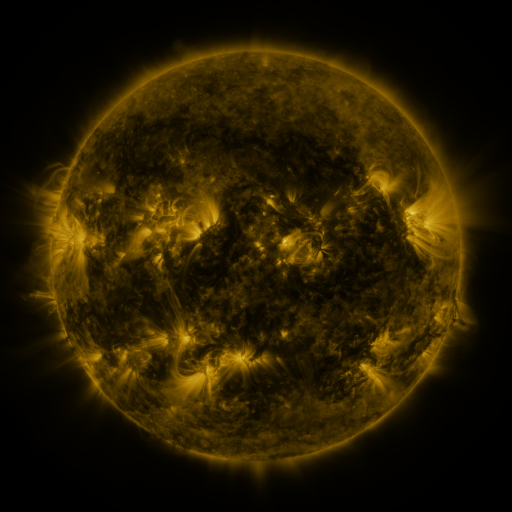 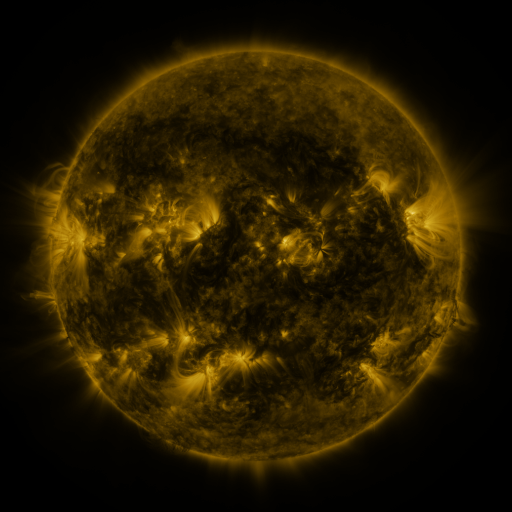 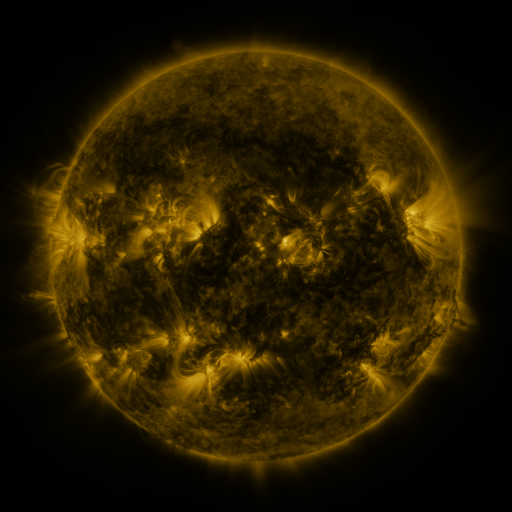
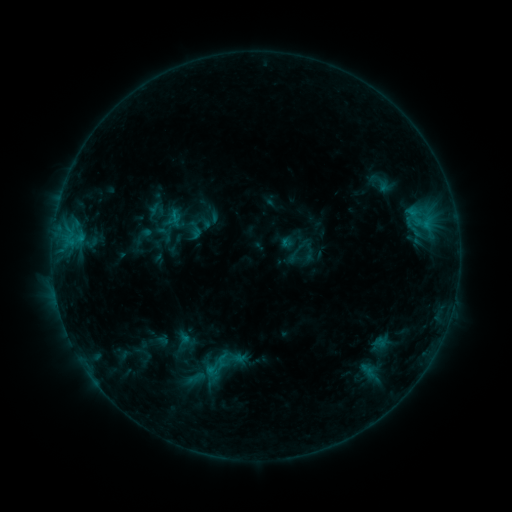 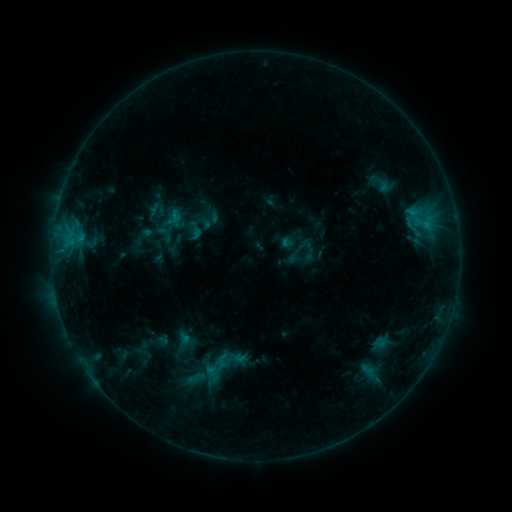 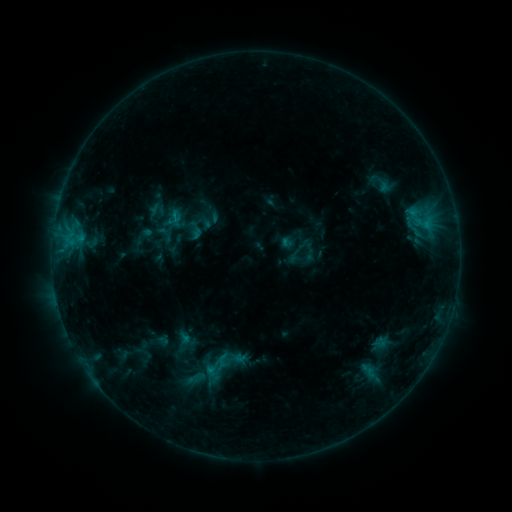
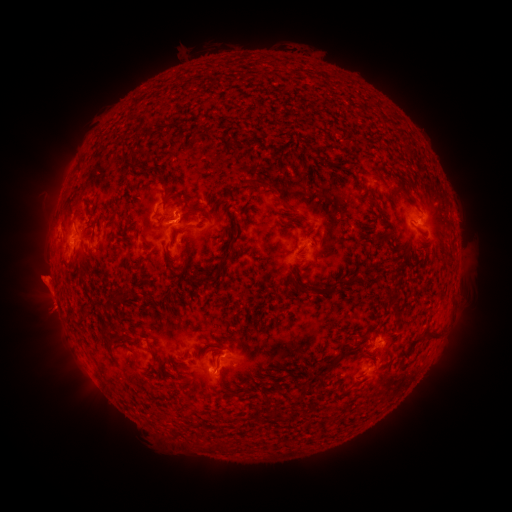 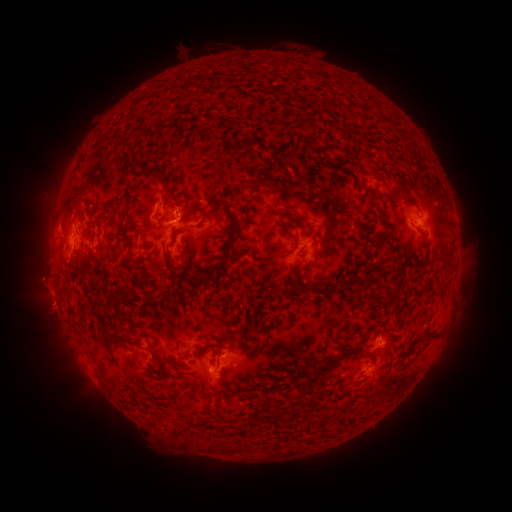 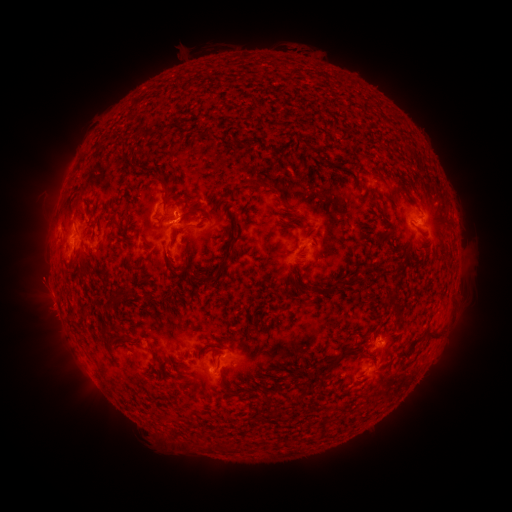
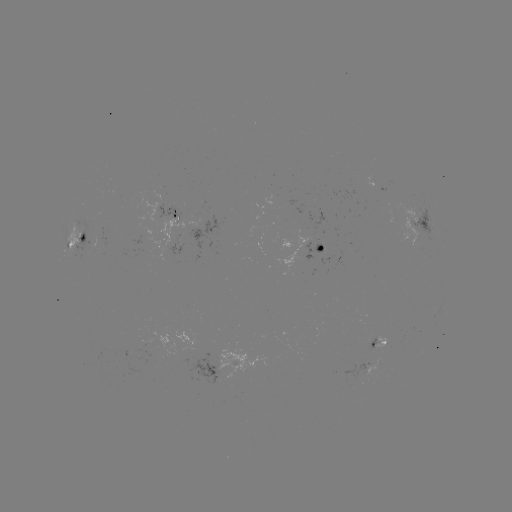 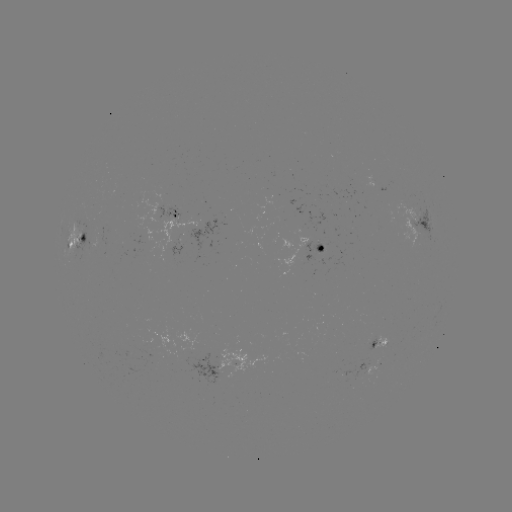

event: eruption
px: (42, 284)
